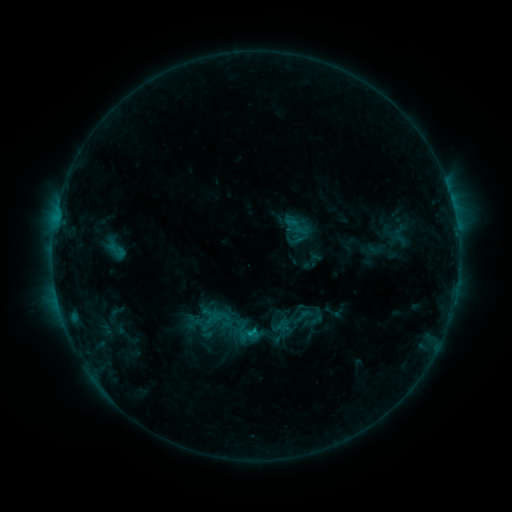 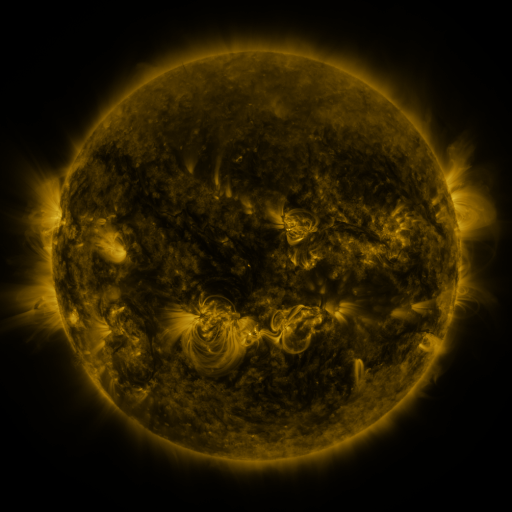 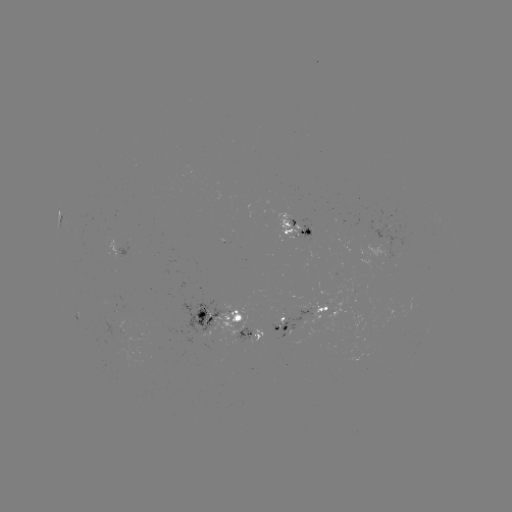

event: sigmoid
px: (303, 316)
